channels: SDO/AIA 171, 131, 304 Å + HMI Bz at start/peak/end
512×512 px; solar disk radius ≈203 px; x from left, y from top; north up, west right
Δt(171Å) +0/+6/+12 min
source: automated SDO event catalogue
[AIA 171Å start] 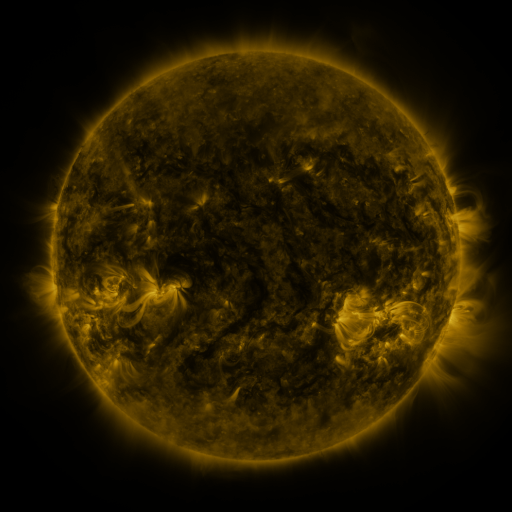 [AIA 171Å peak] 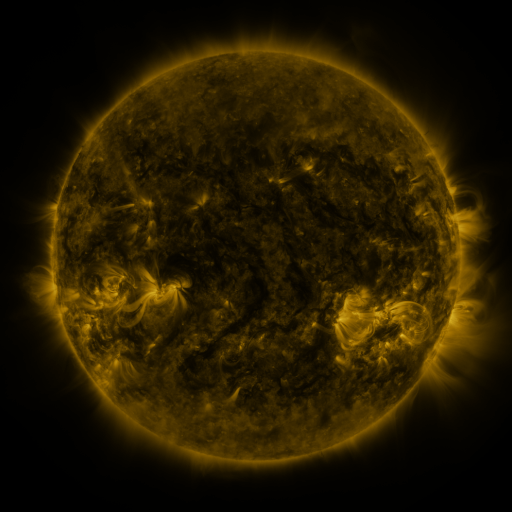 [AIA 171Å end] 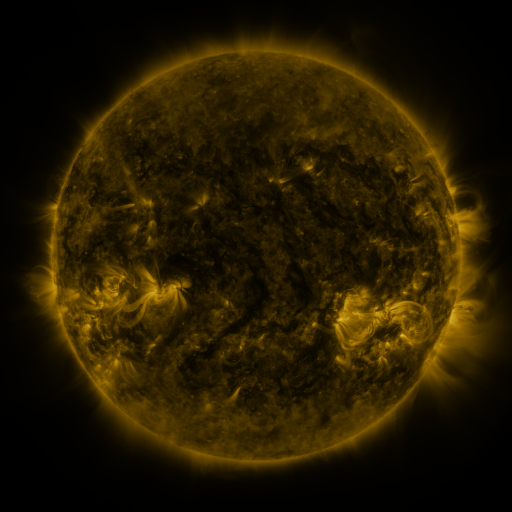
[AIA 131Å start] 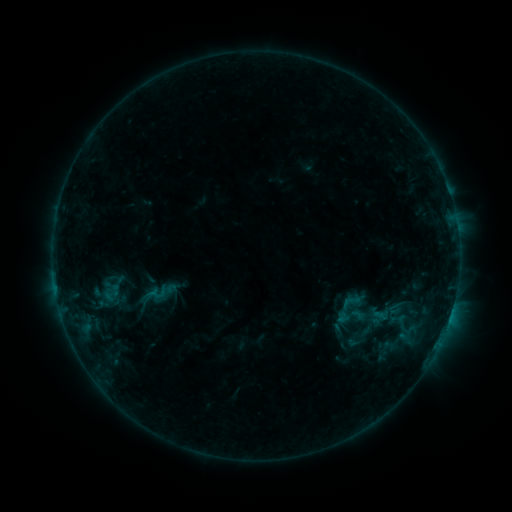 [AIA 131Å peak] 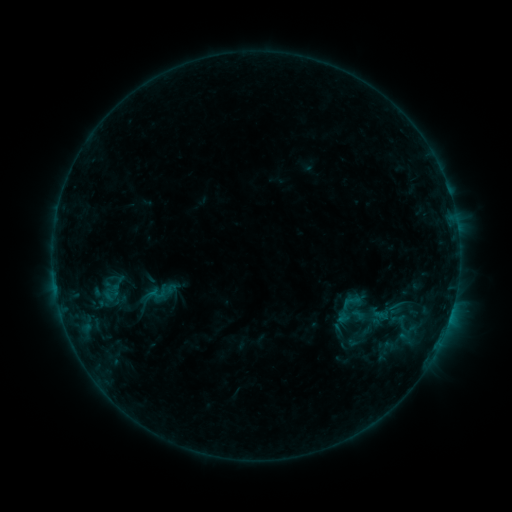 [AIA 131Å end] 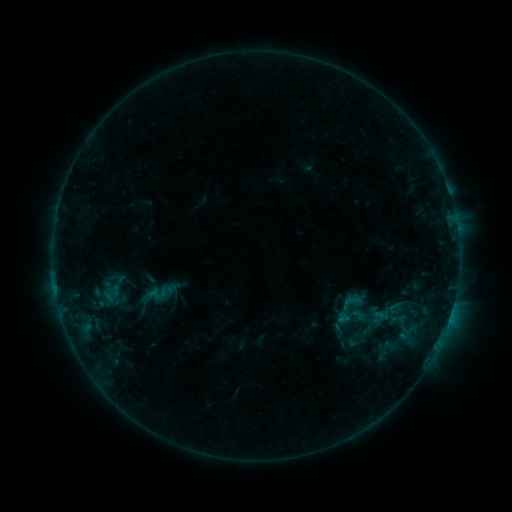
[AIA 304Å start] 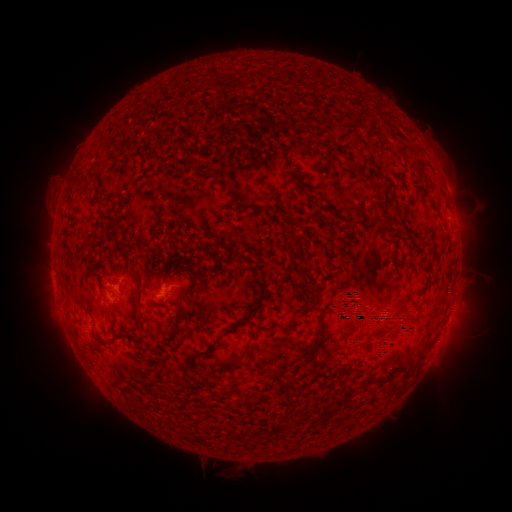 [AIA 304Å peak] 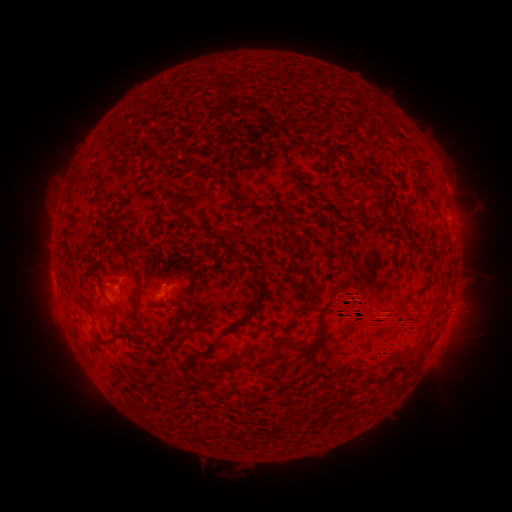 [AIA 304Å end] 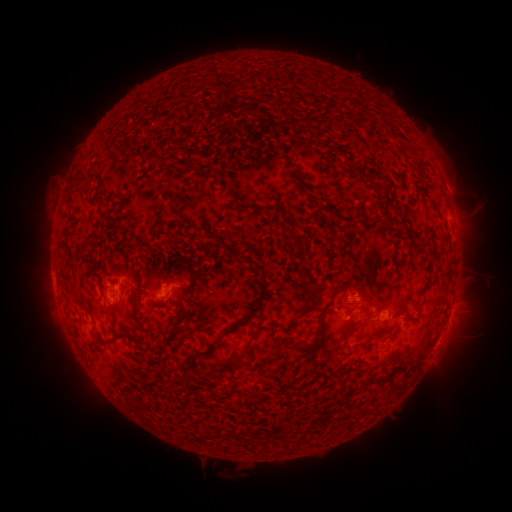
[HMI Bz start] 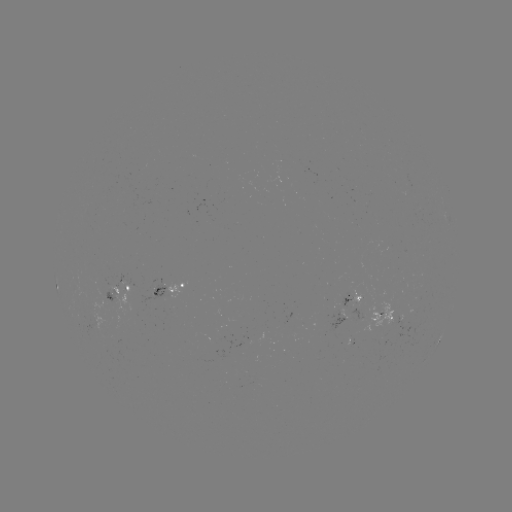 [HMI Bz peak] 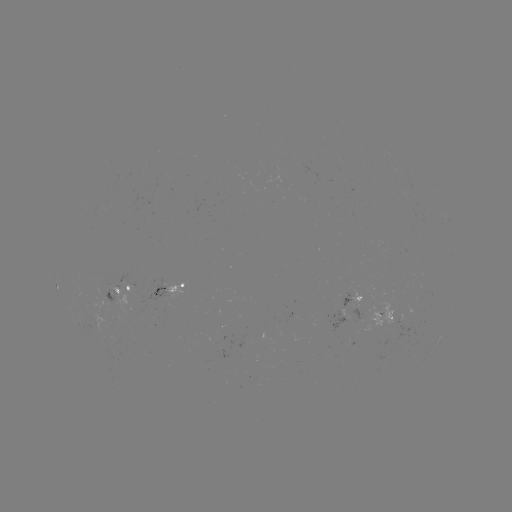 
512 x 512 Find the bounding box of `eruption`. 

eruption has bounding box [21, 259, 197, 358].